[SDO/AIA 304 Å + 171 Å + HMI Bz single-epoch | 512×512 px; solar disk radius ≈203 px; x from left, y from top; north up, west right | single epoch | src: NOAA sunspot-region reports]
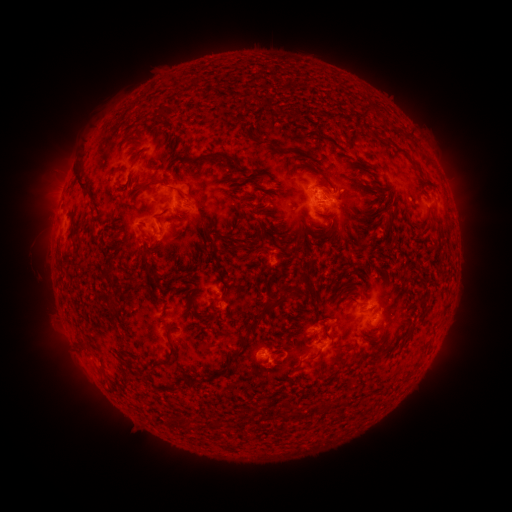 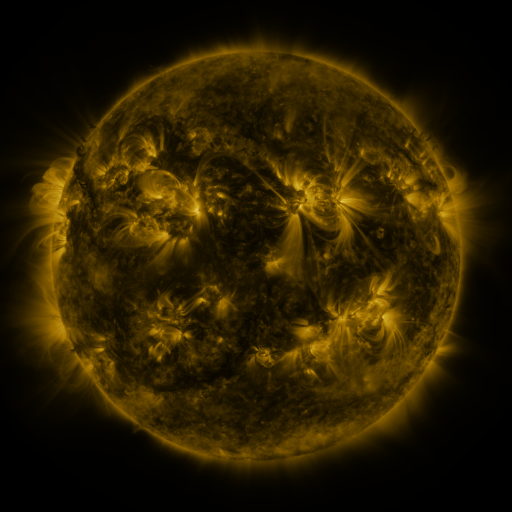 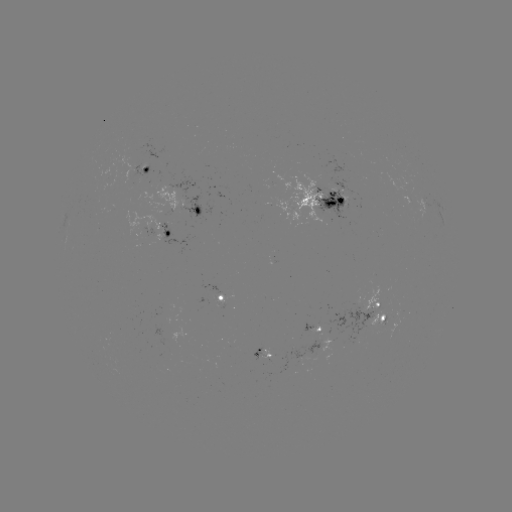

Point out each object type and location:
spotted active region: (146, 172)
spotted active region: (318, 193)
spotted active region: (419, 202)
spotted active region: (164, 203)
spotted active region: (182, 207)
spotted active region: (440, 211)
spotted active region: (224, 299)
spotted active region: (378, 307)
spotted active region: (317, 343)
spotted active region: (259, 353)
